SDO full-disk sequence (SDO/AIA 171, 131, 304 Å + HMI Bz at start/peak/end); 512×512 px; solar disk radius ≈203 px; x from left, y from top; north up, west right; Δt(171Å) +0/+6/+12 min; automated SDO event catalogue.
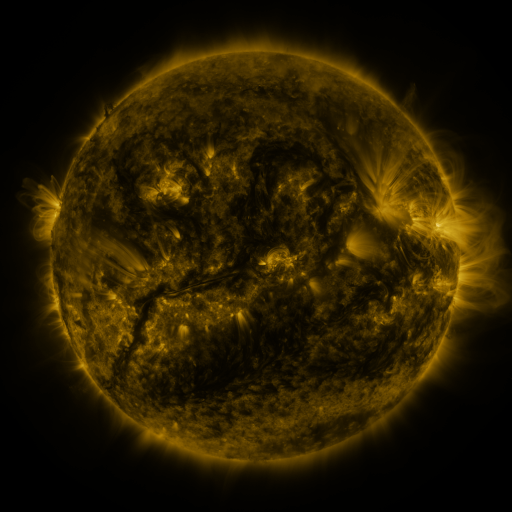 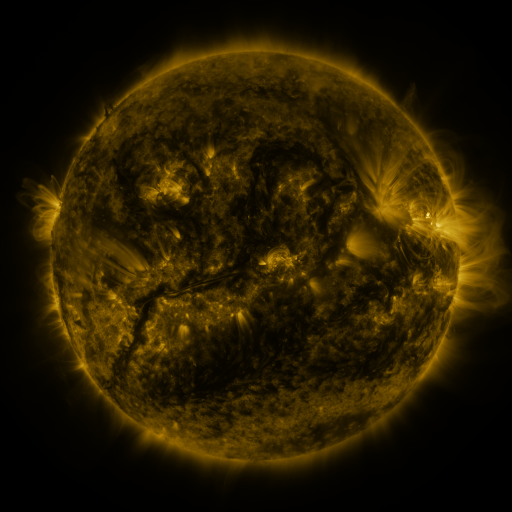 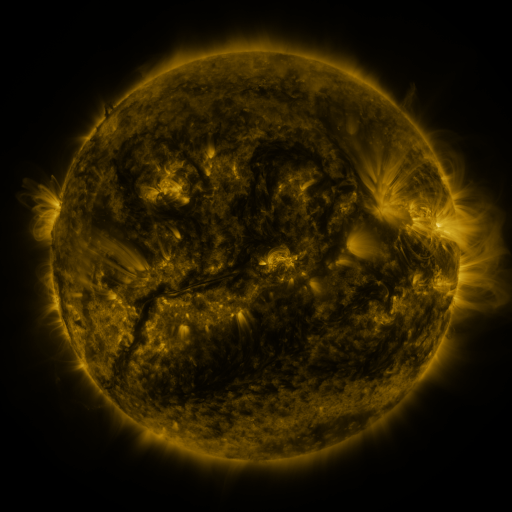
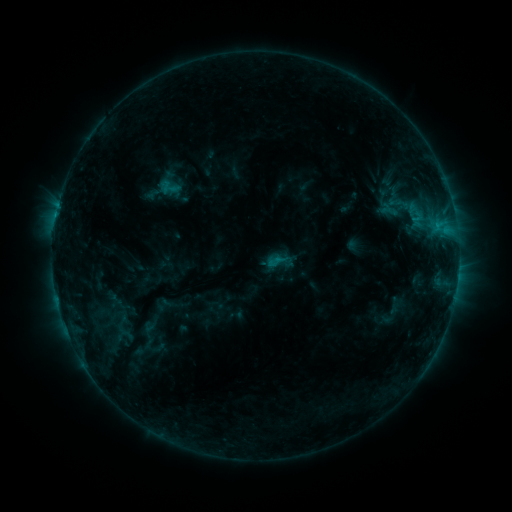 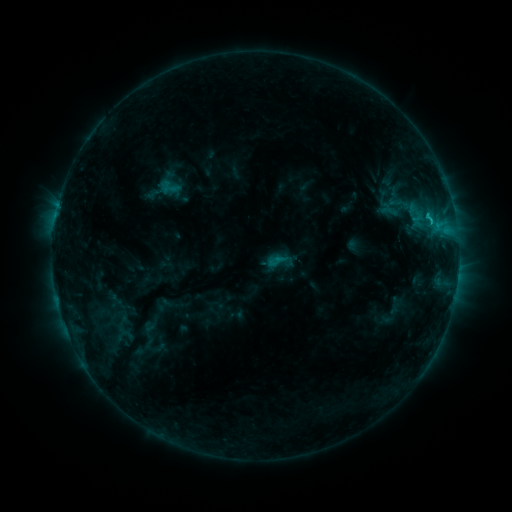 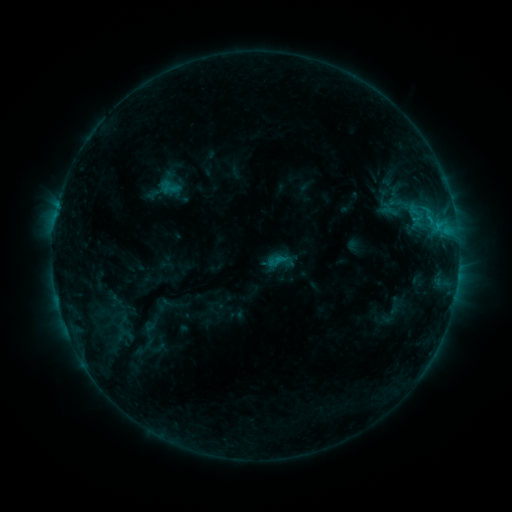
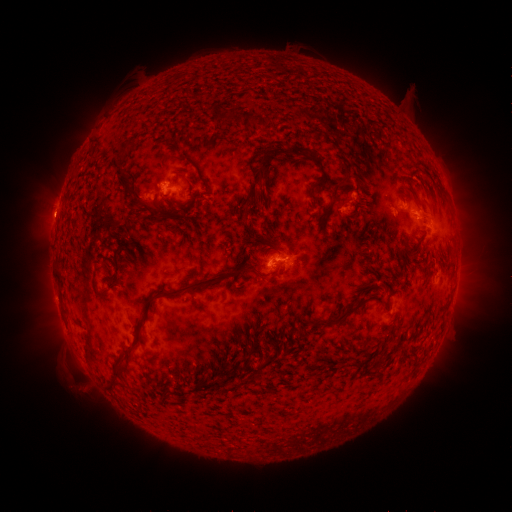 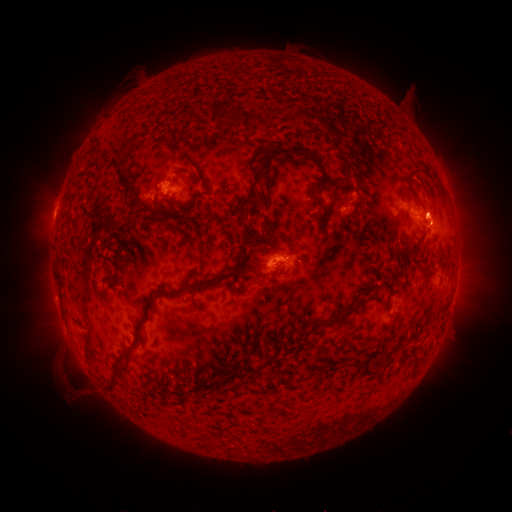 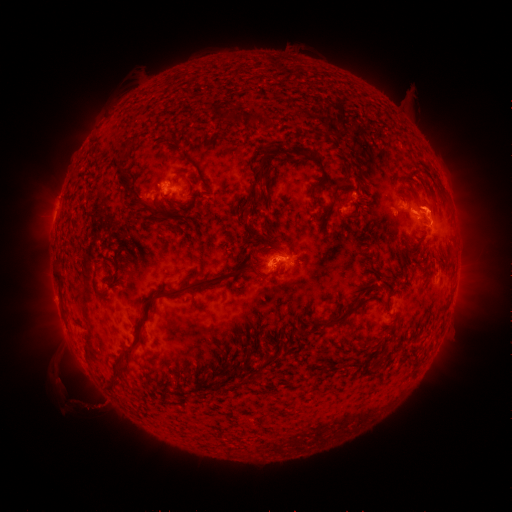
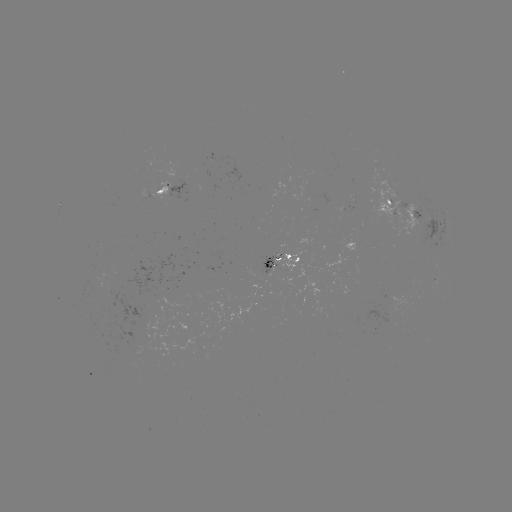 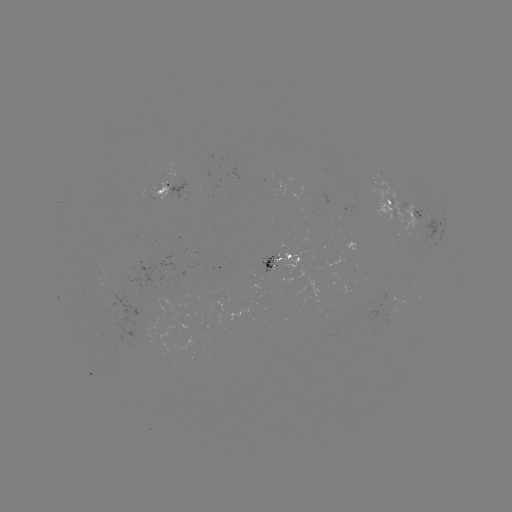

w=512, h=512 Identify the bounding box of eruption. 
[408, 180, 460, 229].